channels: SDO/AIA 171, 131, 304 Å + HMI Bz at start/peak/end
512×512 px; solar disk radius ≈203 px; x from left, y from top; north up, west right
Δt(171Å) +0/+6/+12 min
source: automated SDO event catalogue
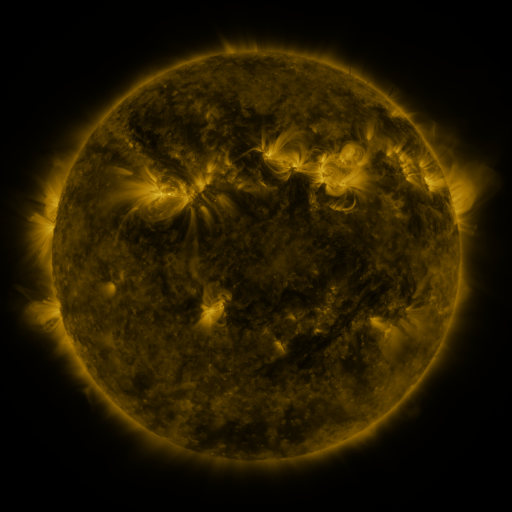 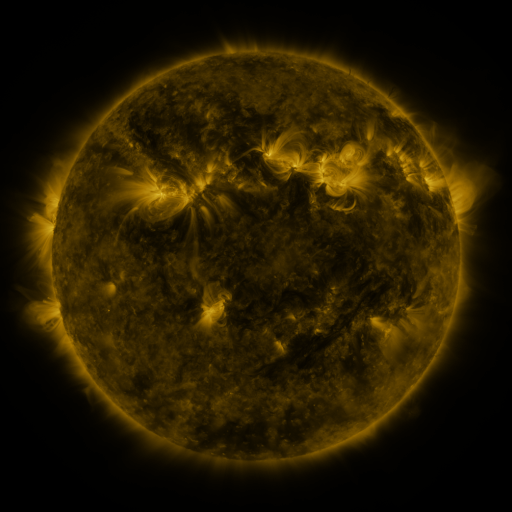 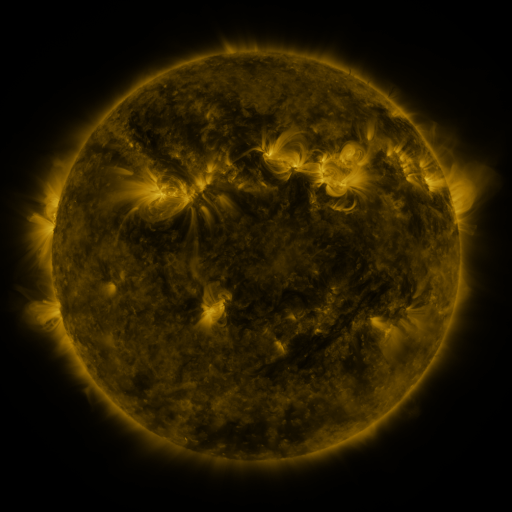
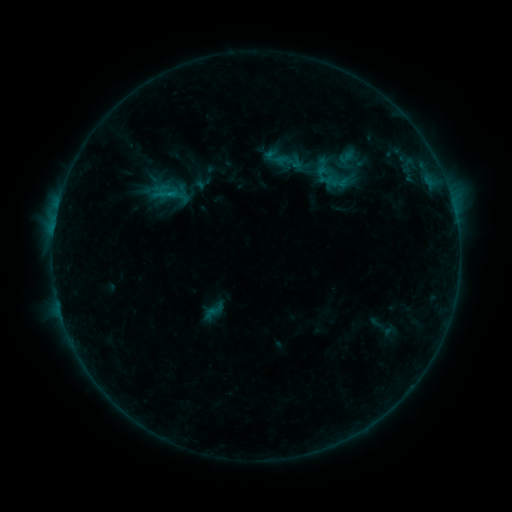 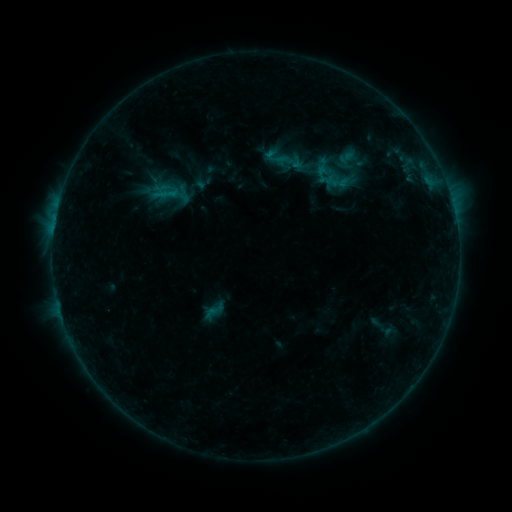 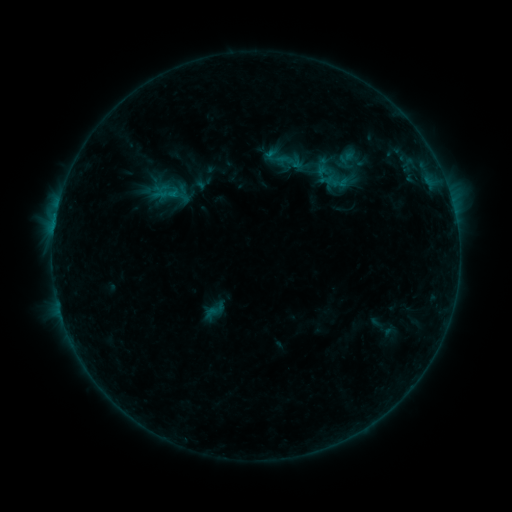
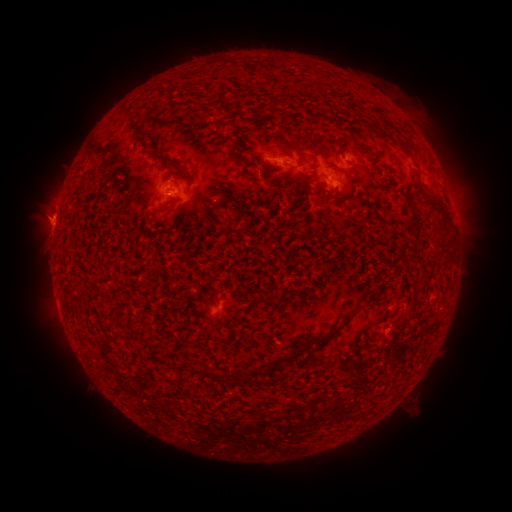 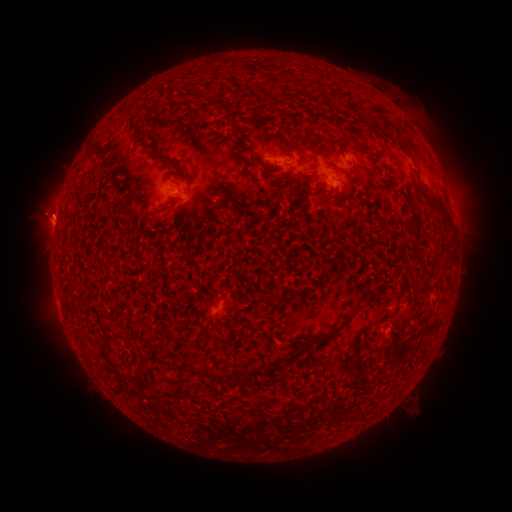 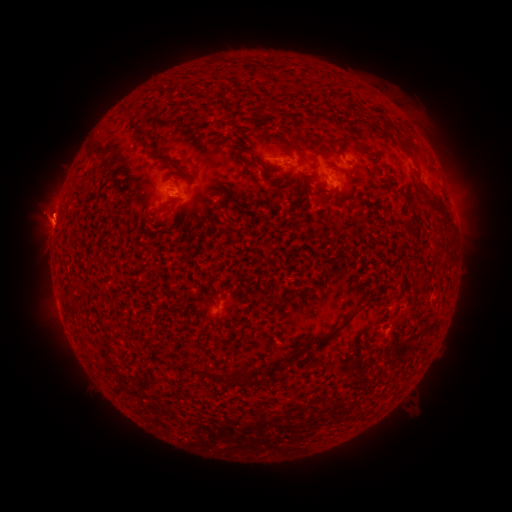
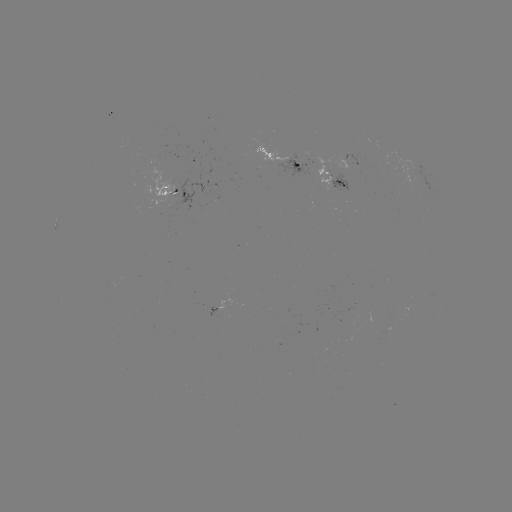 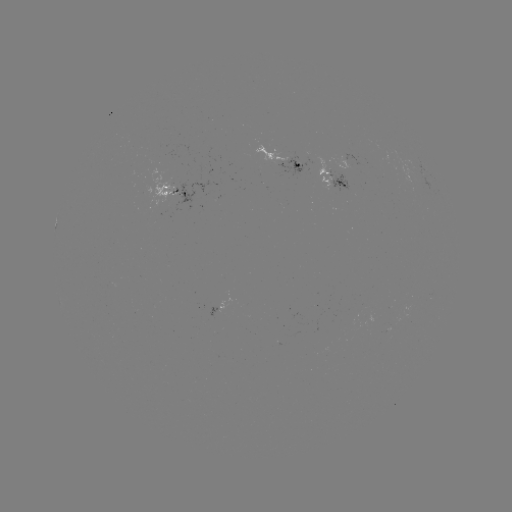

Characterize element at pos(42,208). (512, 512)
eruption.